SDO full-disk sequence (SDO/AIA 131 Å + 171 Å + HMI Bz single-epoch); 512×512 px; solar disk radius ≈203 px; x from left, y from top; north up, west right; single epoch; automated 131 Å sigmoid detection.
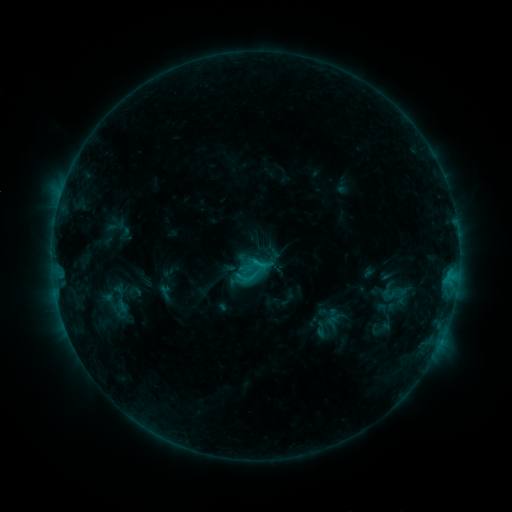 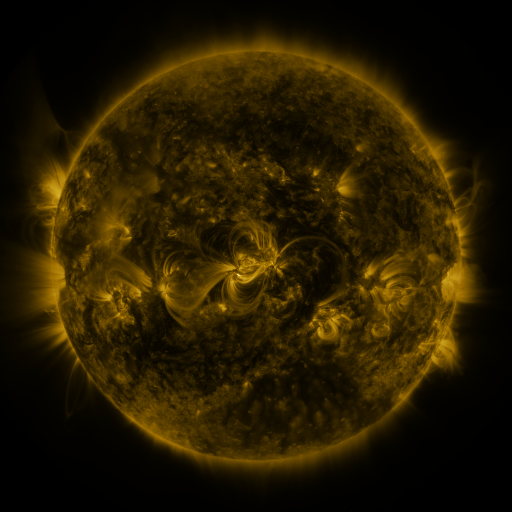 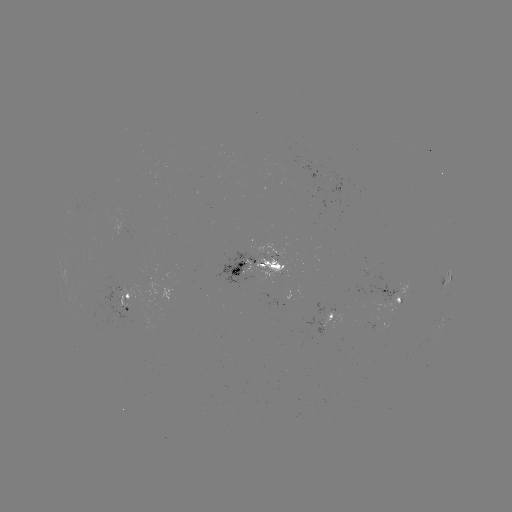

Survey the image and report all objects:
sigmoid: (389, 296)
